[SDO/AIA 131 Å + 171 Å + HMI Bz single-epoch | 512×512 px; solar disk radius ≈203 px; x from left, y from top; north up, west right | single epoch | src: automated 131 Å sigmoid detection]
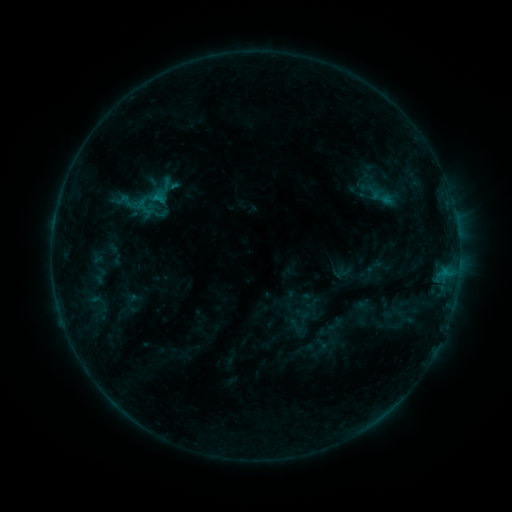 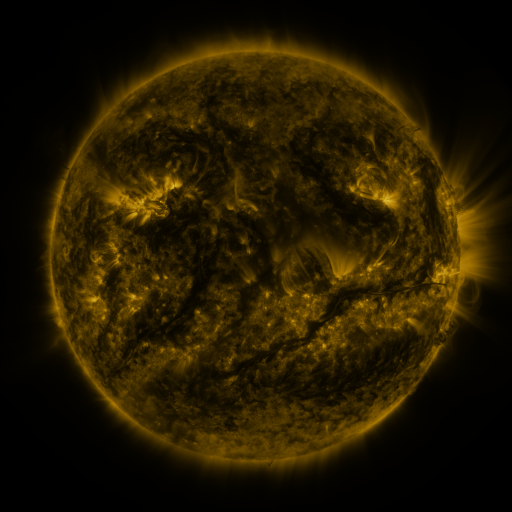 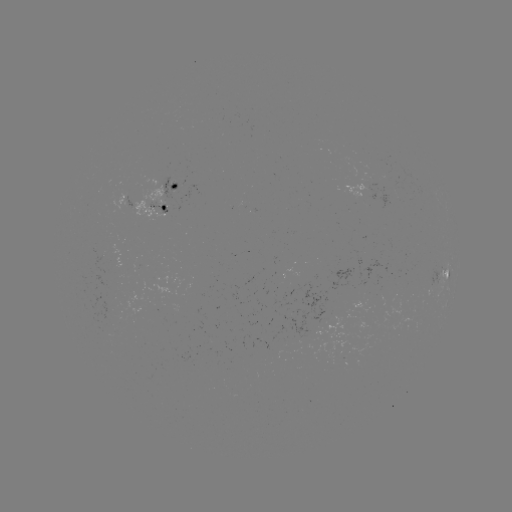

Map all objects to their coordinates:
sigmoid: (153, 199)
